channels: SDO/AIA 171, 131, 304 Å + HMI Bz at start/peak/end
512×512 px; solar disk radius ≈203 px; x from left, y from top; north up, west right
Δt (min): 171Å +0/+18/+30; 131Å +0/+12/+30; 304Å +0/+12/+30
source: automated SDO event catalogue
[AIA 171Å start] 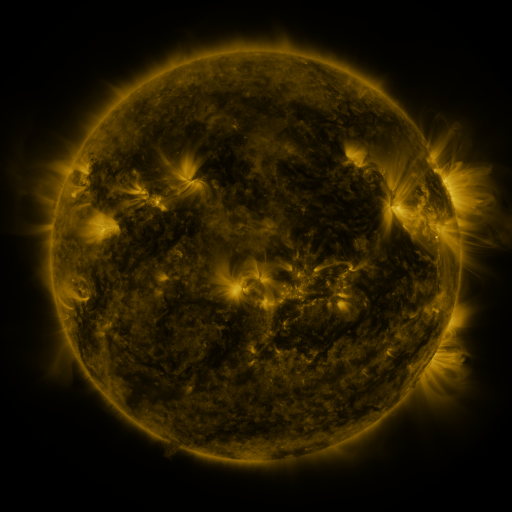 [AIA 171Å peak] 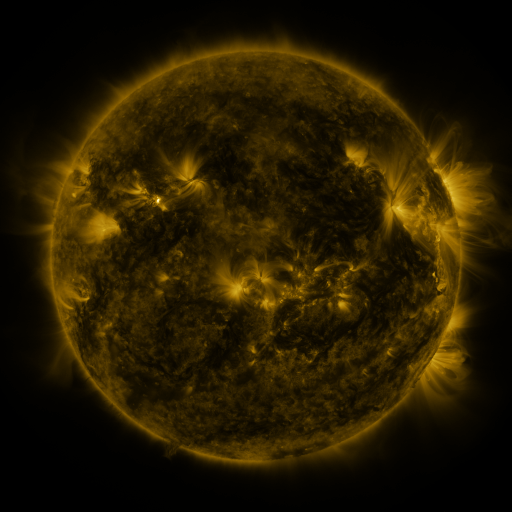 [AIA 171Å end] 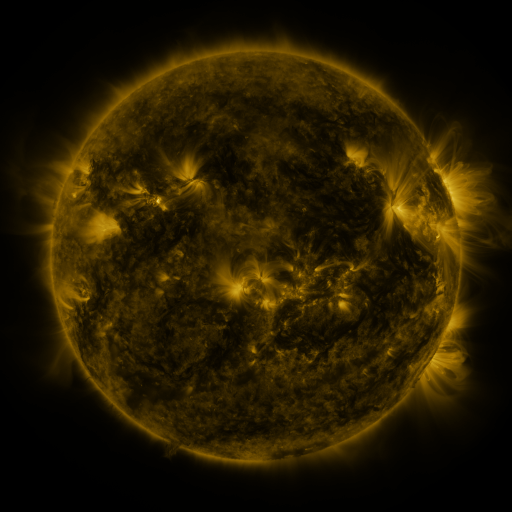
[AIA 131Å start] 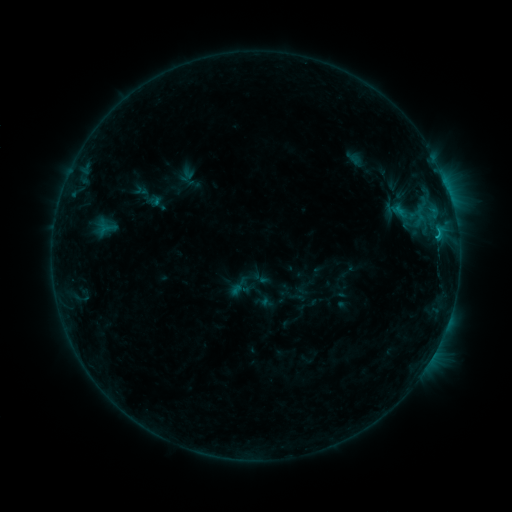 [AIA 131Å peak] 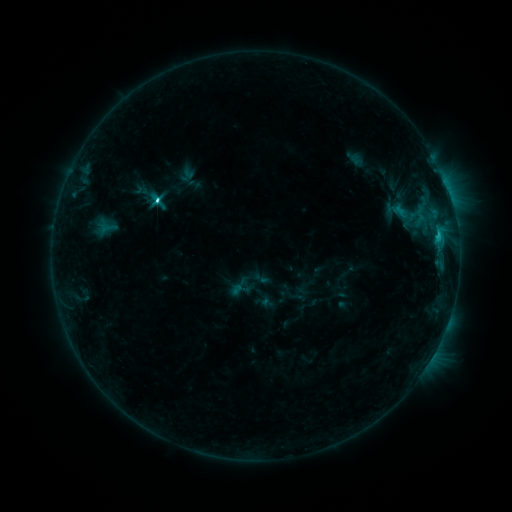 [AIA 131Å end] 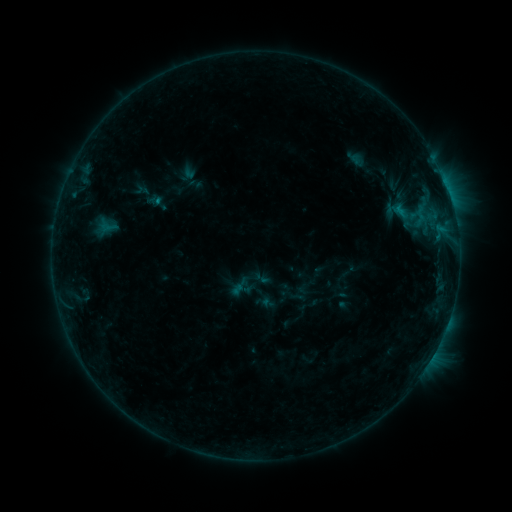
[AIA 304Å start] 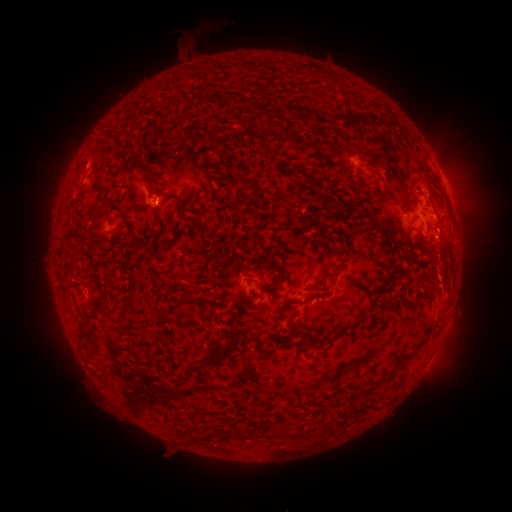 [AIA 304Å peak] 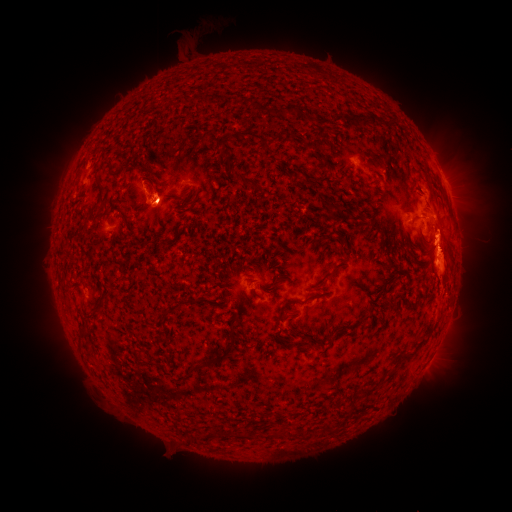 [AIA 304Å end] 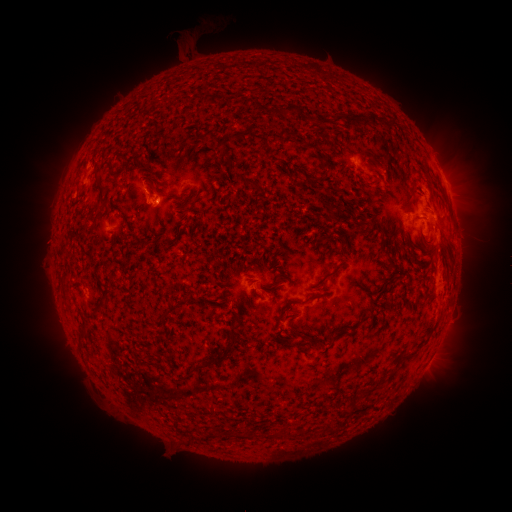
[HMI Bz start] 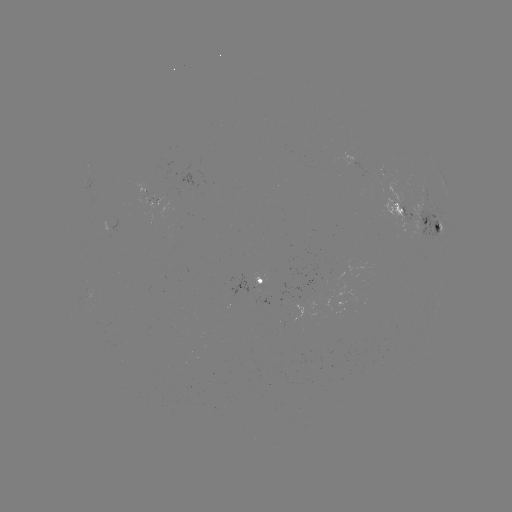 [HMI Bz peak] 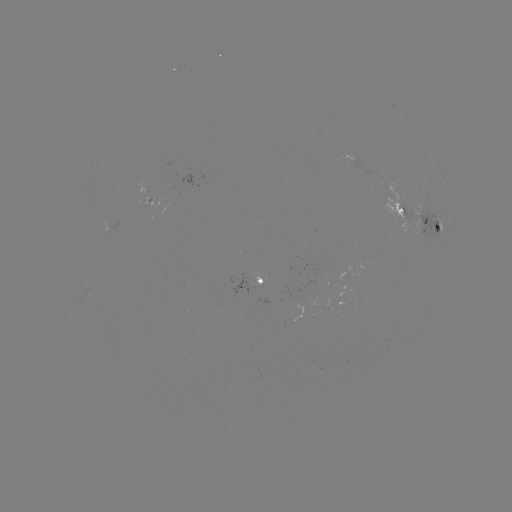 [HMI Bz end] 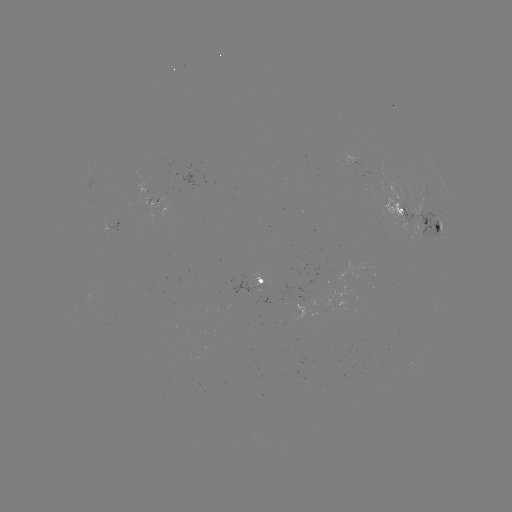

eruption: [371, 126, 507, 301]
